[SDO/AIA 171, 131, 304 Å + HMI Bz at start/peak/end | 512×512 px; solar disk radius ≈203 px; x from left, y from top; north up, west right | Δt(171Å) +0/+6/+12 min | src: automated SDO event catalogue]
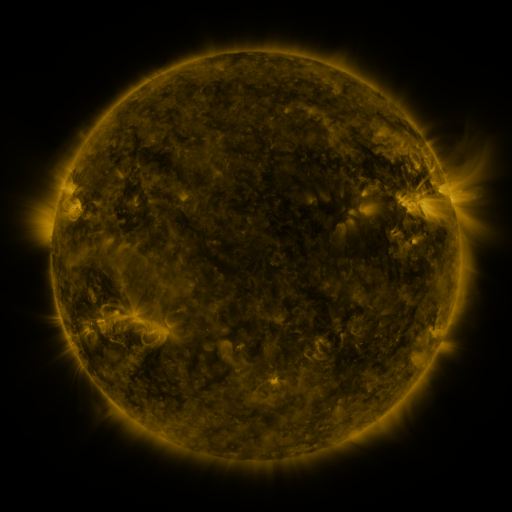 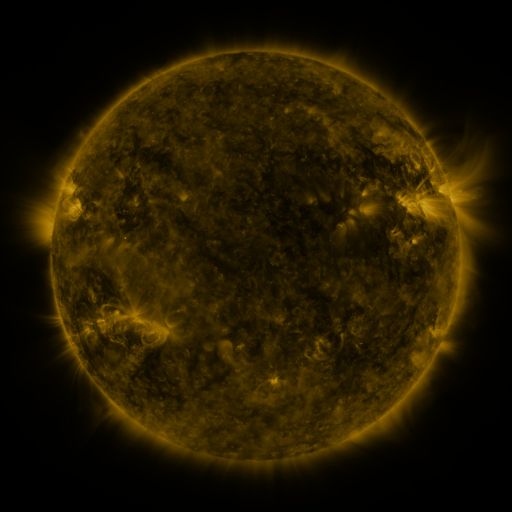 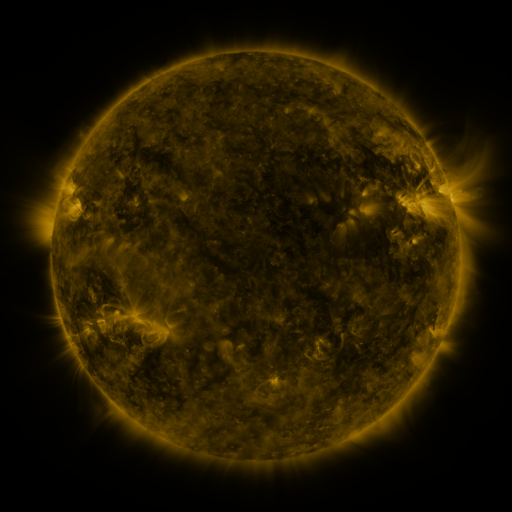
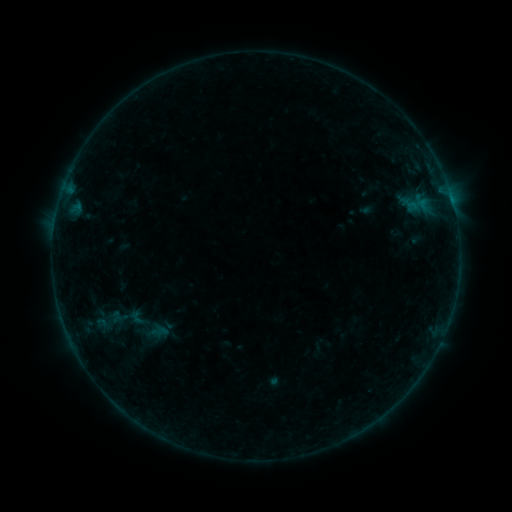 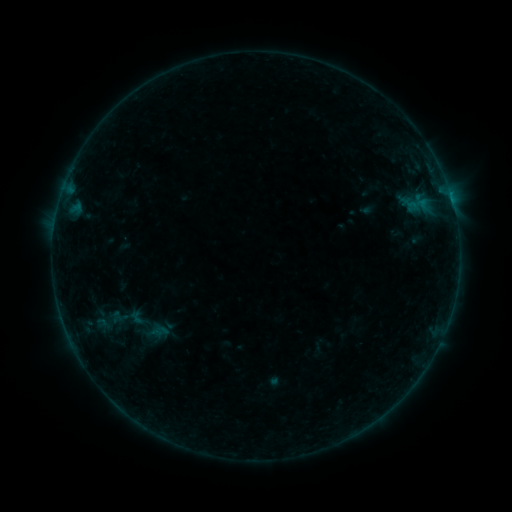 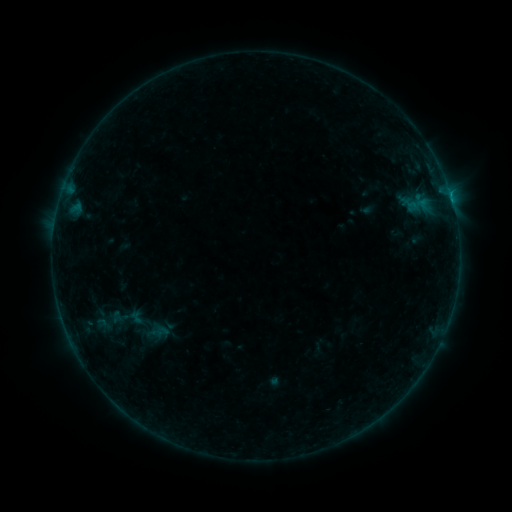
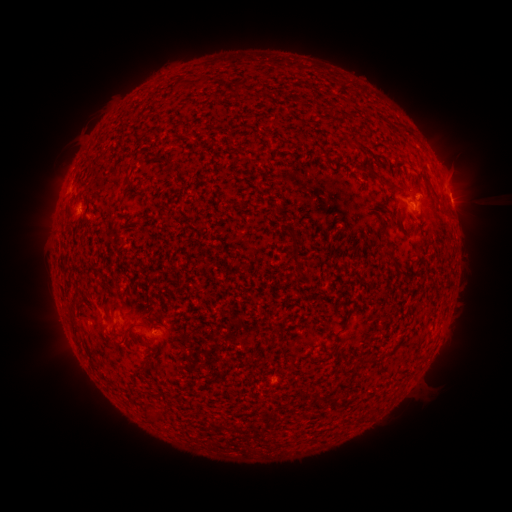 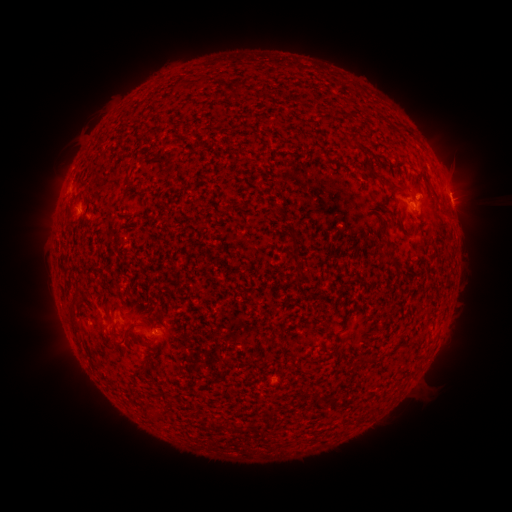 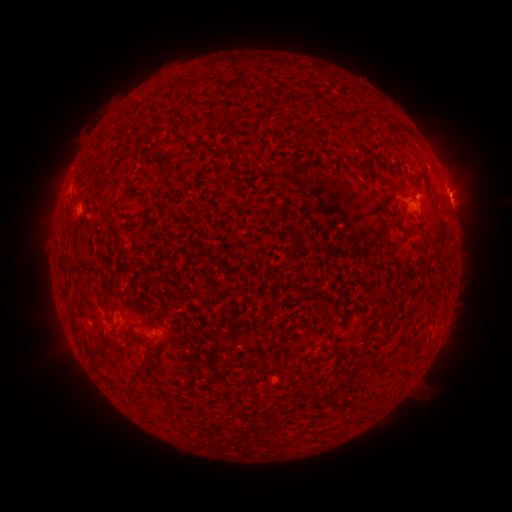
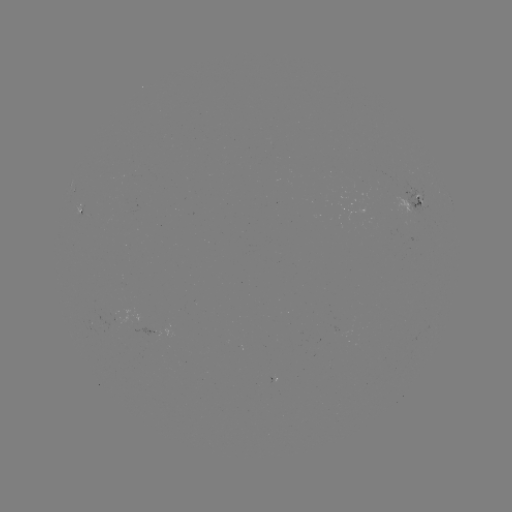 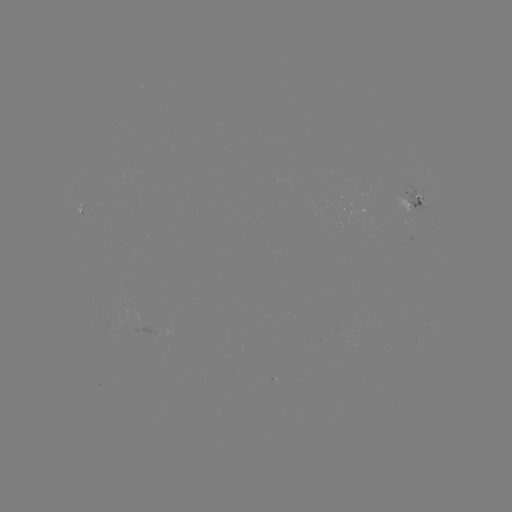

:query B2.6 flare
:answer [450, 196]